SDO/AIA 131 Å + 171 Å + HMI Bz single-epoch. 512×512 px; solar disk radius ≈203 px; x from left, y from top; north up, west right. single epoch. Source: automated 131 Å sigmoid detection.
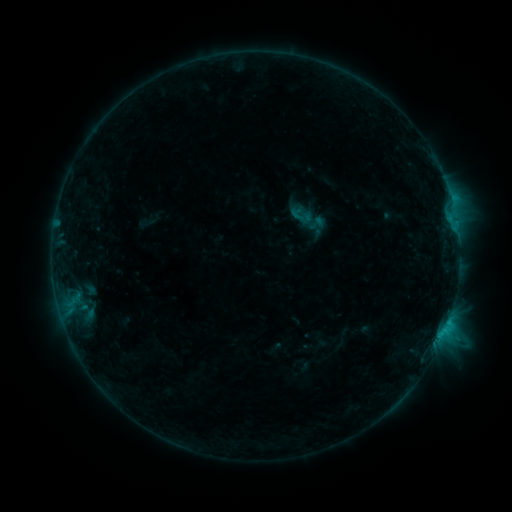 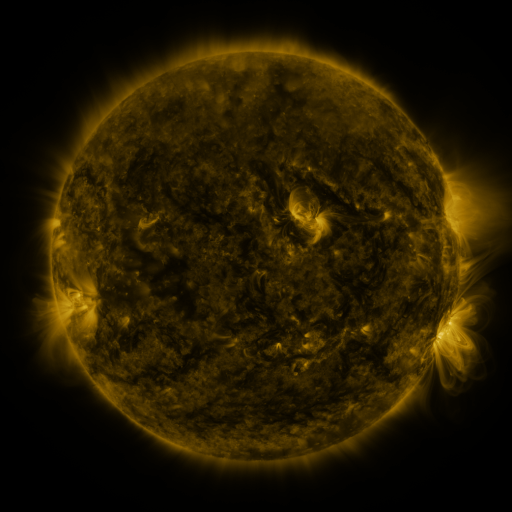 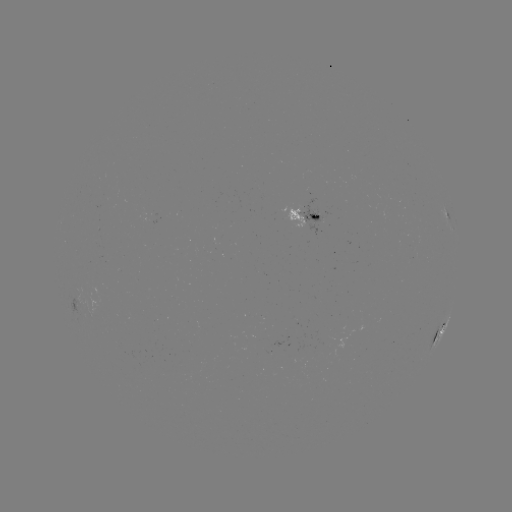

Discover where sigmoid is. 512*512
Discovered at (317, 223).